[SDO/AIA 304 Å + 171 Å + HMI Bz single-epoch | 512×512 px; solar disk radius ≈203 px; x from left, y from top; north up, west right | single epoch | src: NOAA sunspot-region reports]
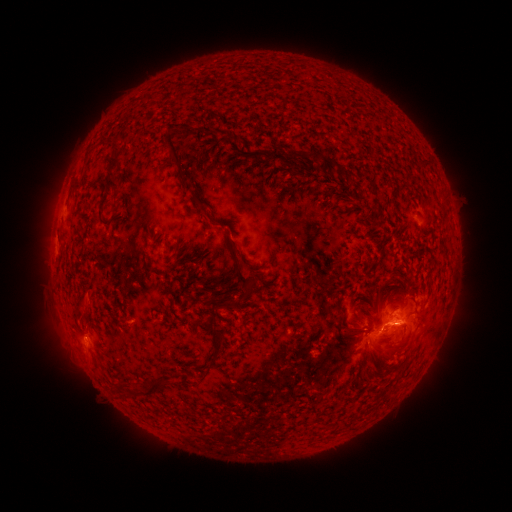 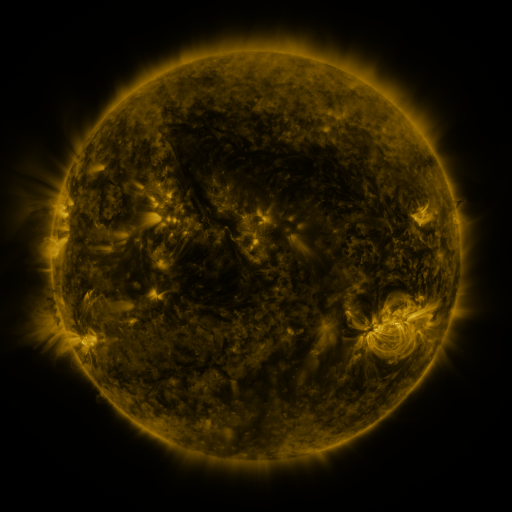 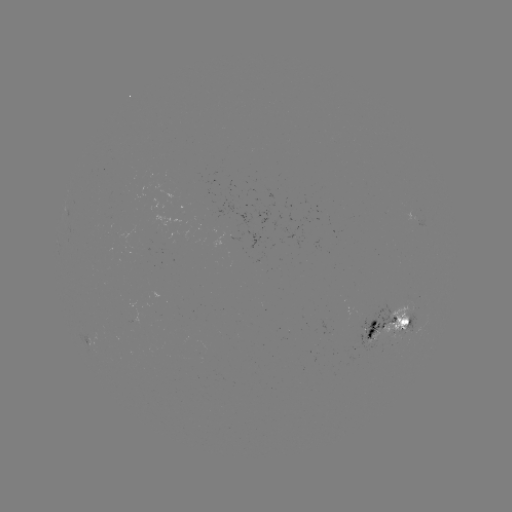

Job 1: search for spotted active region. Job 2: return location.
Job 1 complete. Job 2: (392, 329).